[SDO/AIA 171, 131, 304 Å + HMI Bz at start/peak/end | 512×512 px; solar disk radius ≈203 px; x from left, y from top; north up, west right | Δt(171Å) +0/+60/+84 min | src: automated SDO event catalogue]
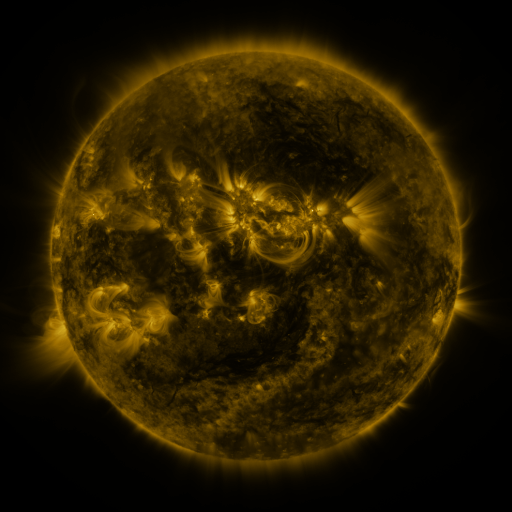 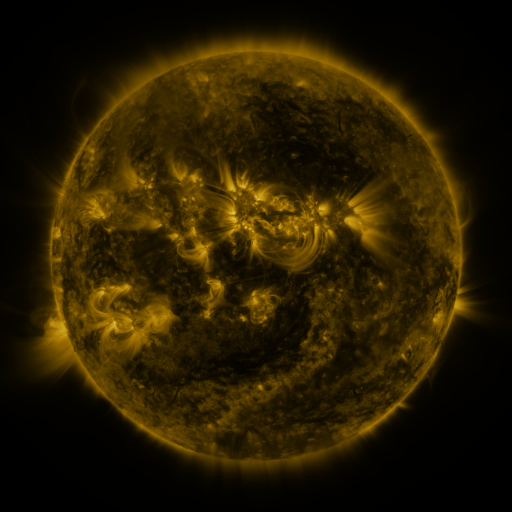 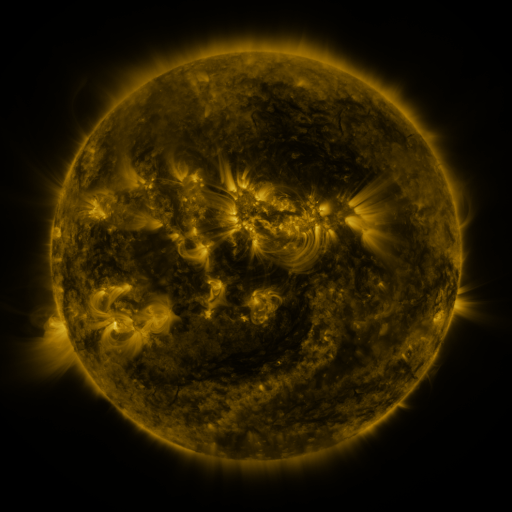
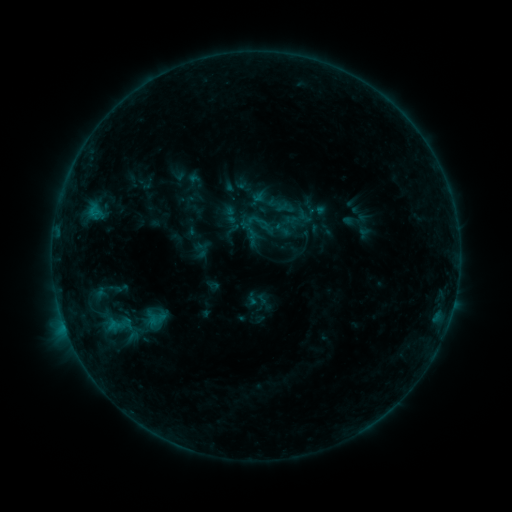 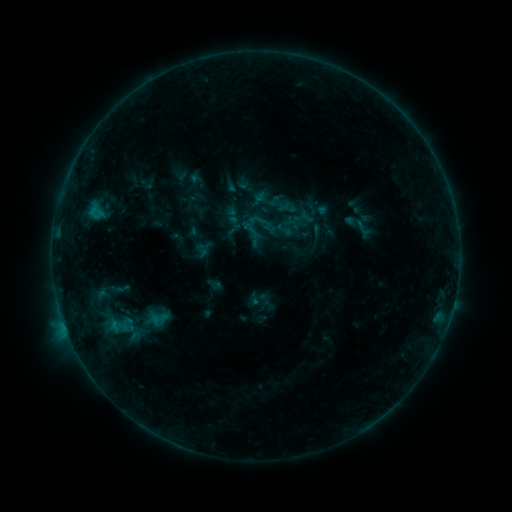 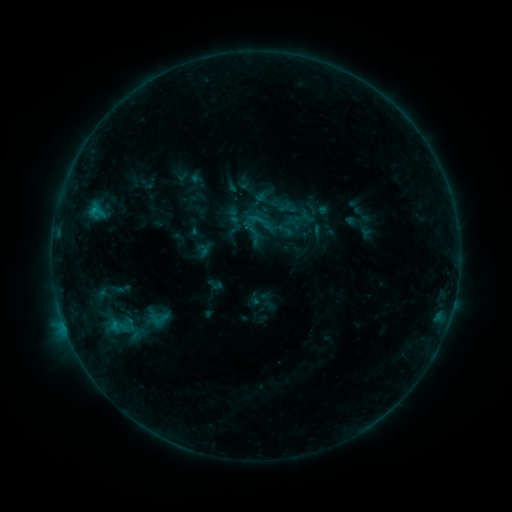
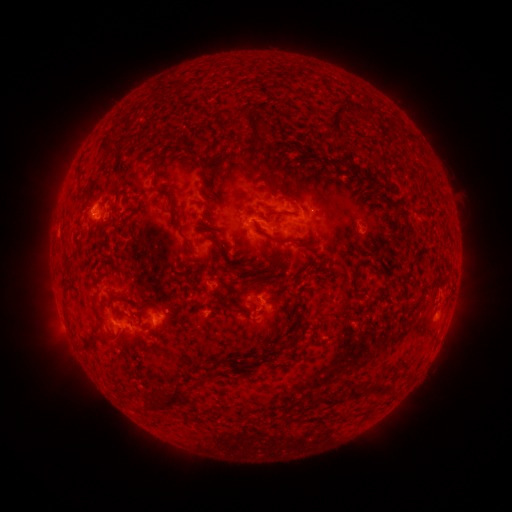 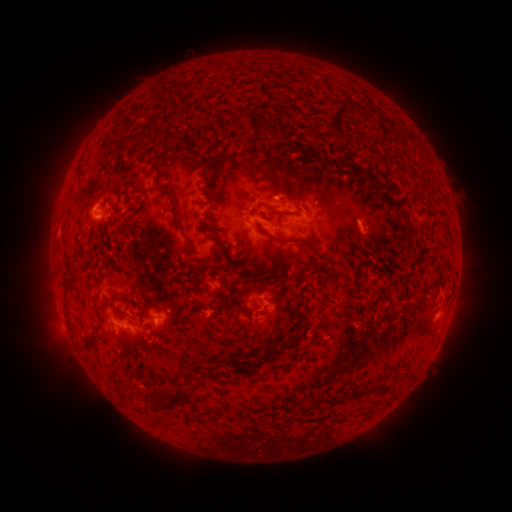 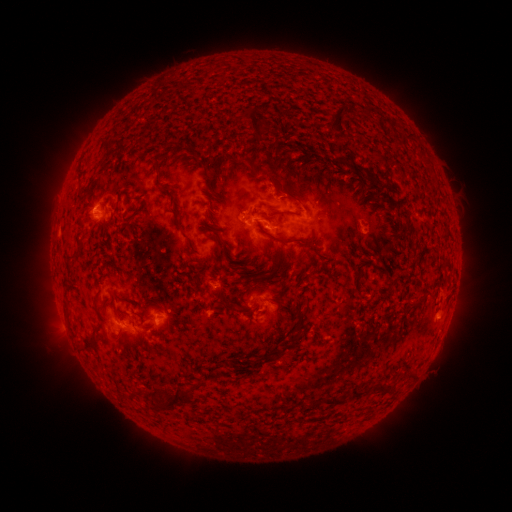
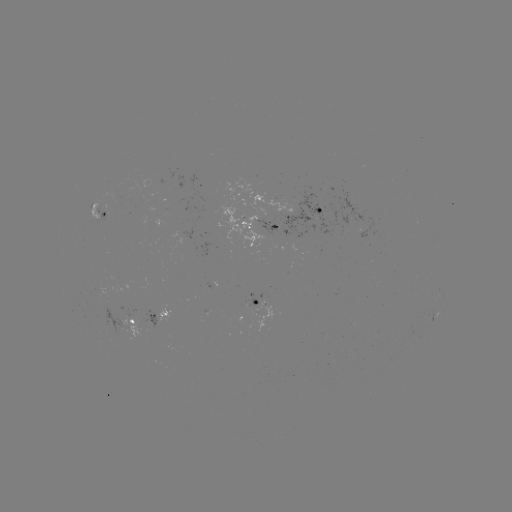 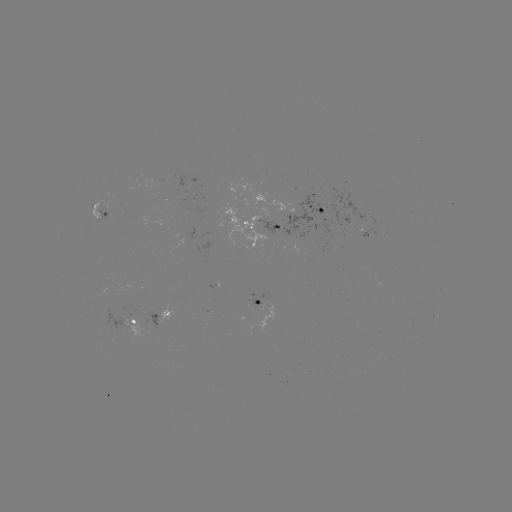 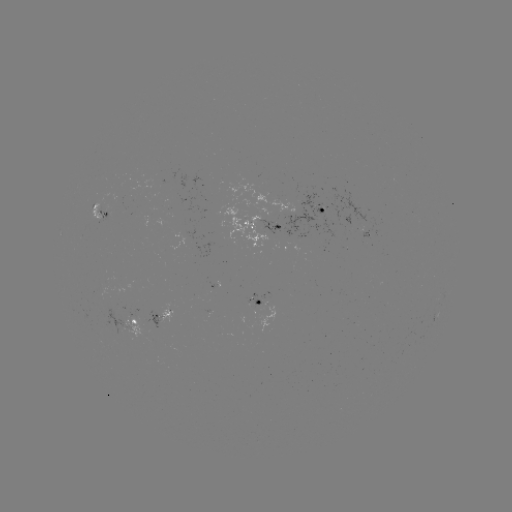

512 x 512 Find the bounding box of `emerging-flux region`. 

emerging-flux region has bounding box [90, 191, 107, 219].